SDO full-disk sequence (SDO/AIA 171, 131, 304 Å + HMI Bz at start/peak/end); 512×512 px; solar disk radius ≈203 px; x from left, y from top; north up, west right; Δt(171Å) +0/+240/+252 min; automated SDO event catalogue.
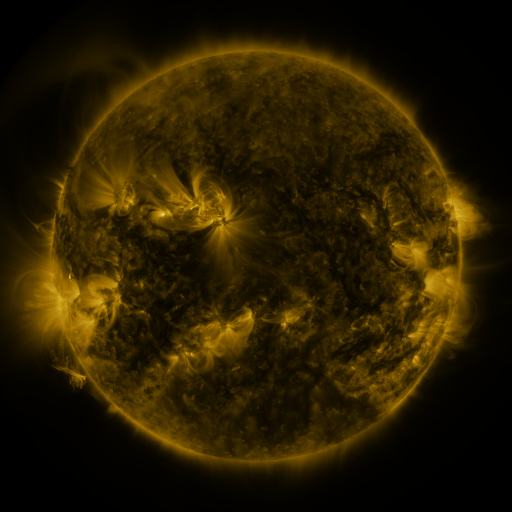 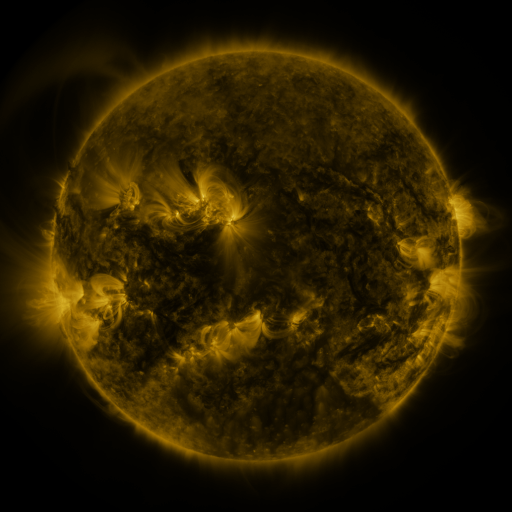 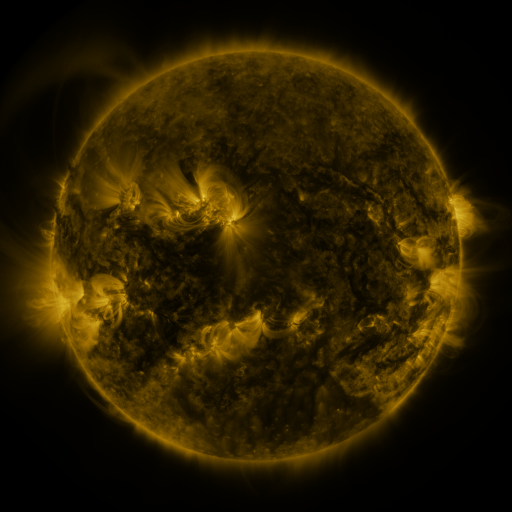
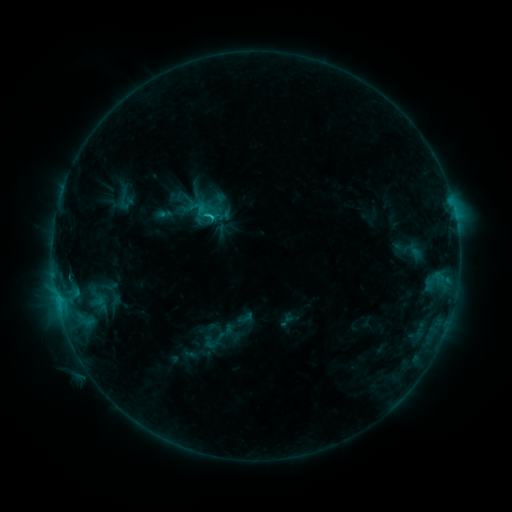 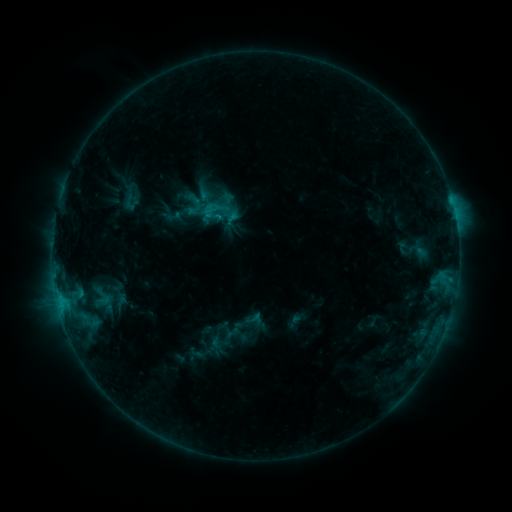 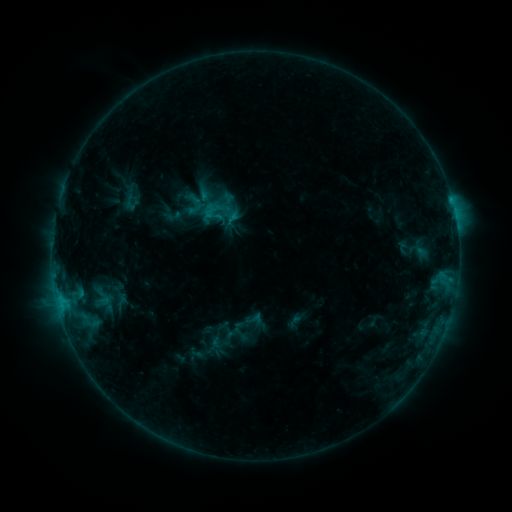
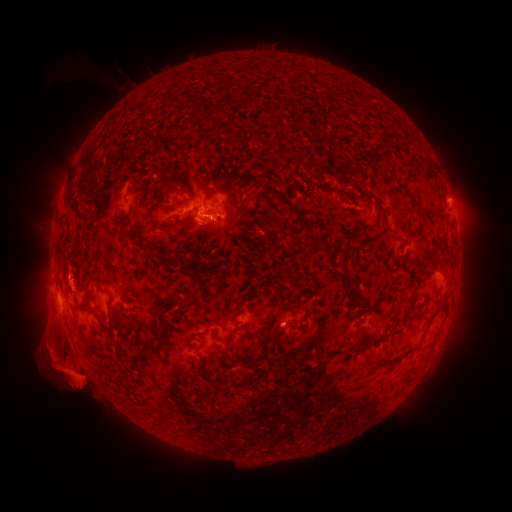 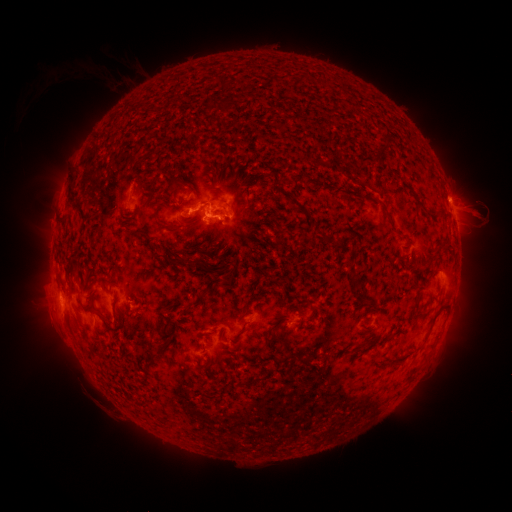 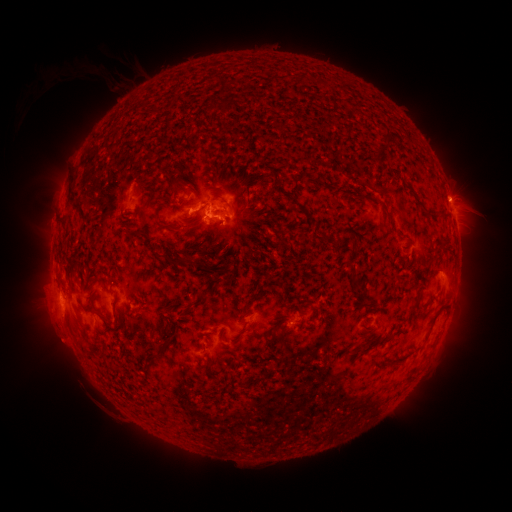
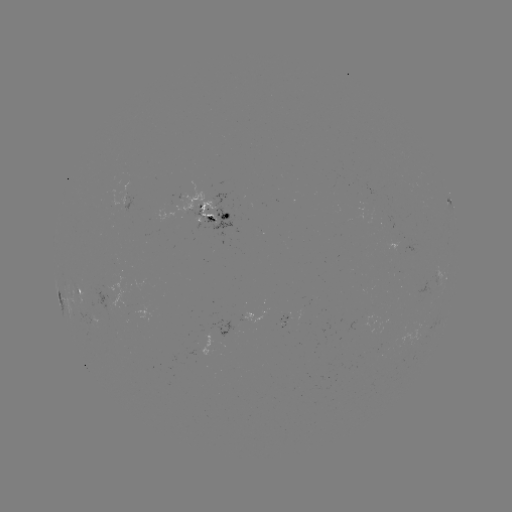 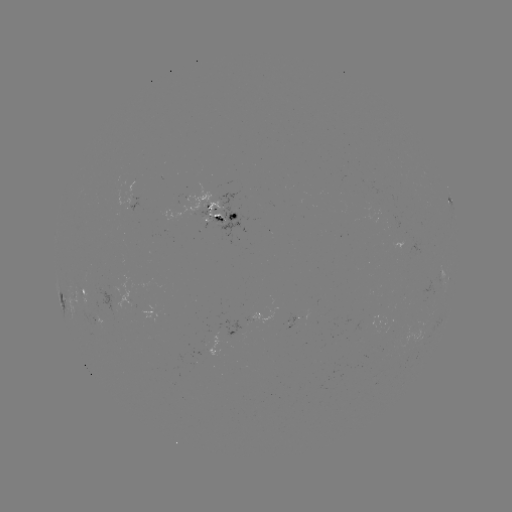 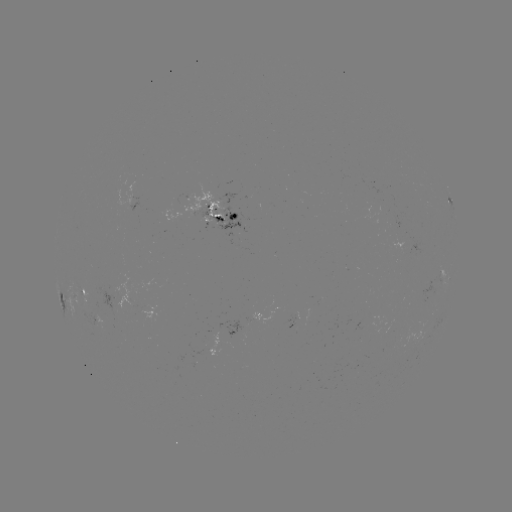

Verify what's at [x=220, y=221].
emerging-flux region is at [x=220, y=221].